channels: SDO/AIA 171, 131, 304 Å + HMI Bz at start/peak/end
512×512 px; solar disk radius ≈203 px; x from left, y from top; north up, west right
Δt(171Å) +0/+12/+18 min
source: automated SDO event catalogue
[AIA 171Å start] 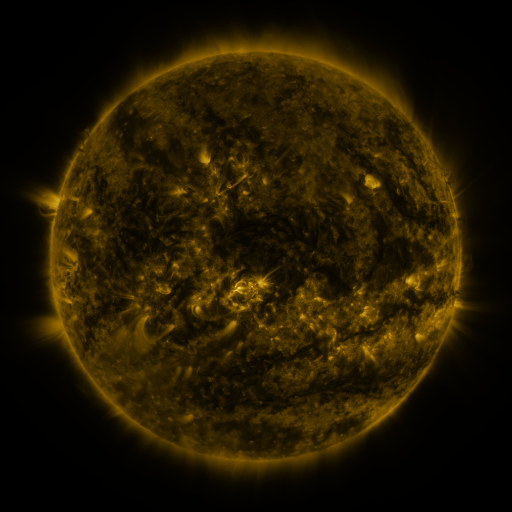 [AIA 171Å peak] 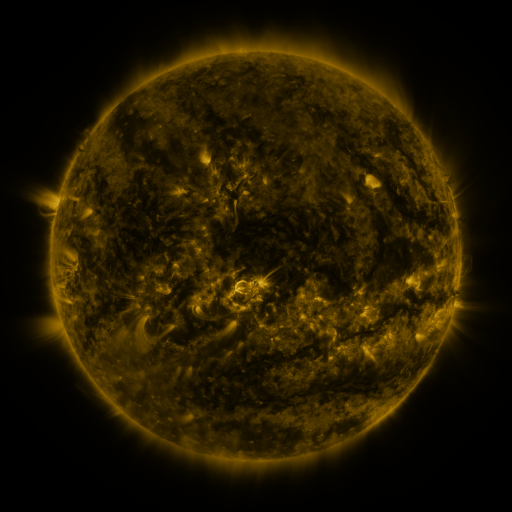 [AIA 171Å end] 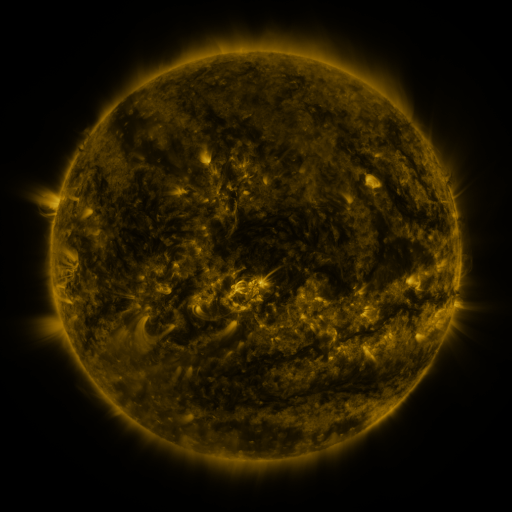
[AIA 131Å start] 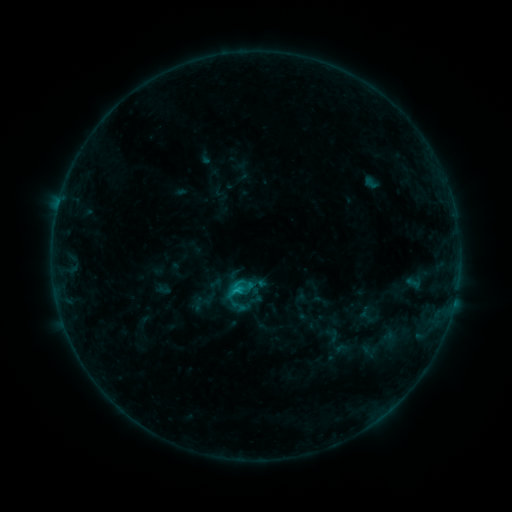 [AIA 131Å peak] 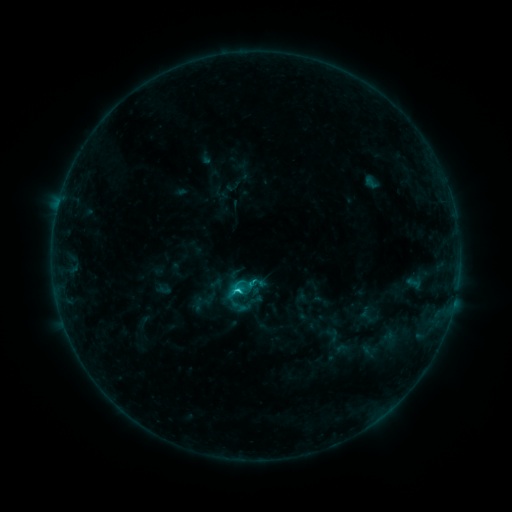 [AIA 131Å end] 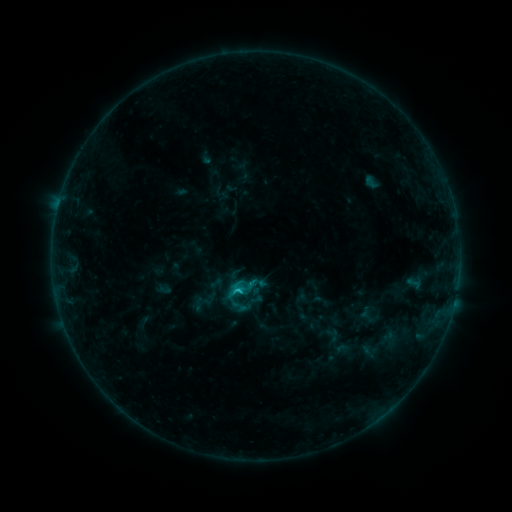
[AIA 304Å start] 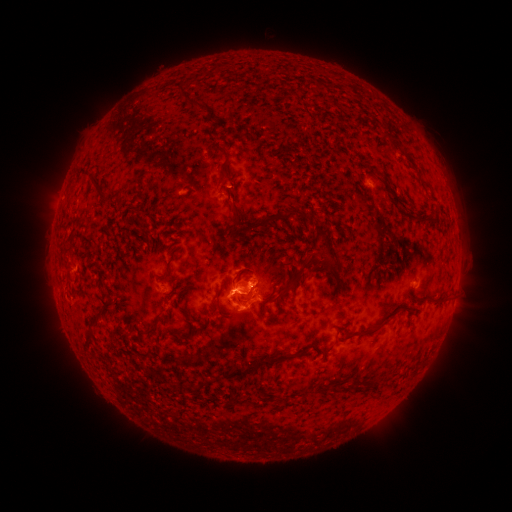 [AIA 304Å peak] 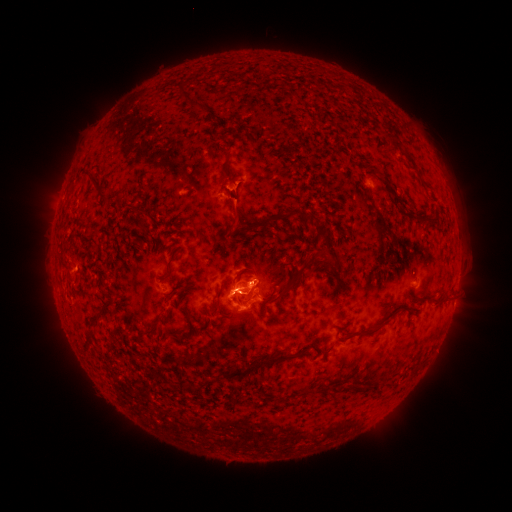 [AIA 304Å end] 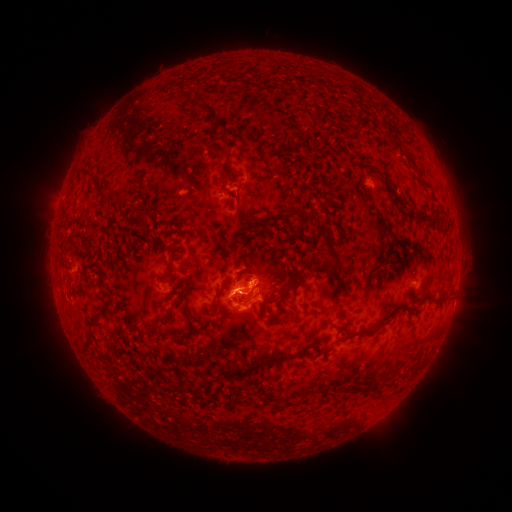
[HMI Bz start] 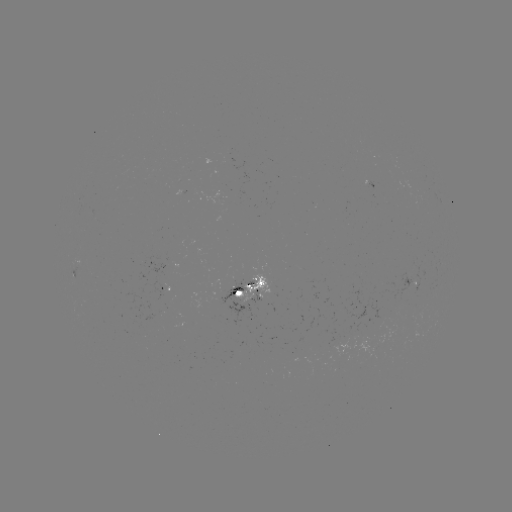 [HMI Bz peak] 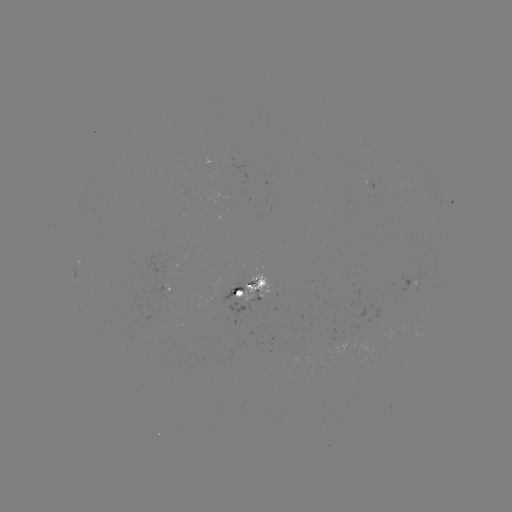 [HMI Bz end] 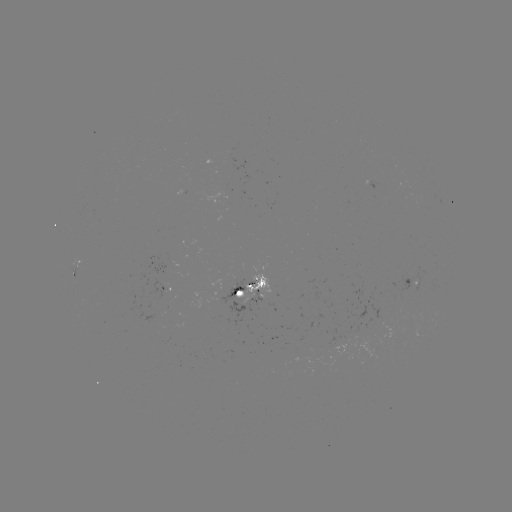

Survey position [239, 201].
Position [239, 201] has eruption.